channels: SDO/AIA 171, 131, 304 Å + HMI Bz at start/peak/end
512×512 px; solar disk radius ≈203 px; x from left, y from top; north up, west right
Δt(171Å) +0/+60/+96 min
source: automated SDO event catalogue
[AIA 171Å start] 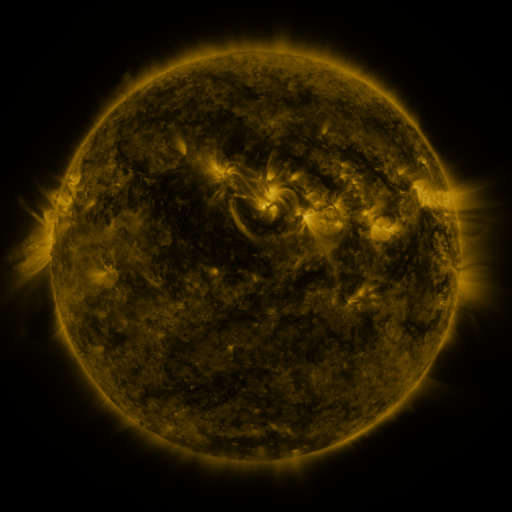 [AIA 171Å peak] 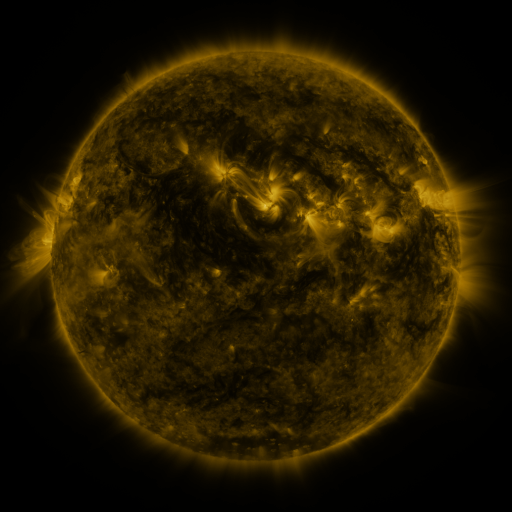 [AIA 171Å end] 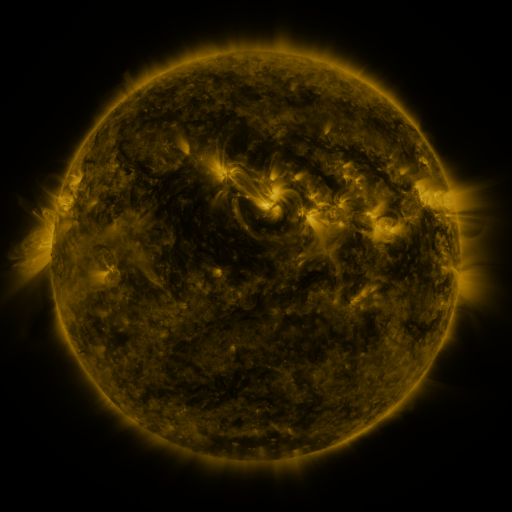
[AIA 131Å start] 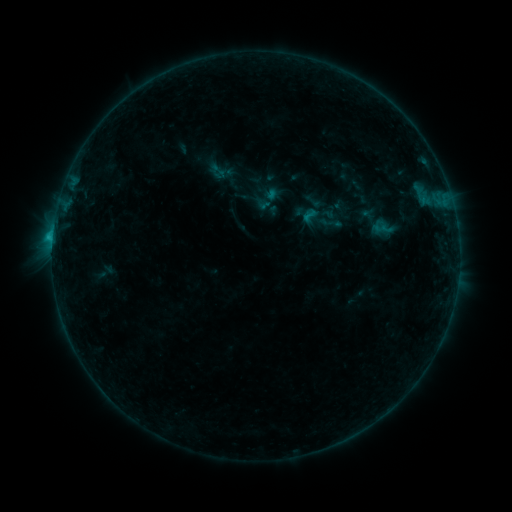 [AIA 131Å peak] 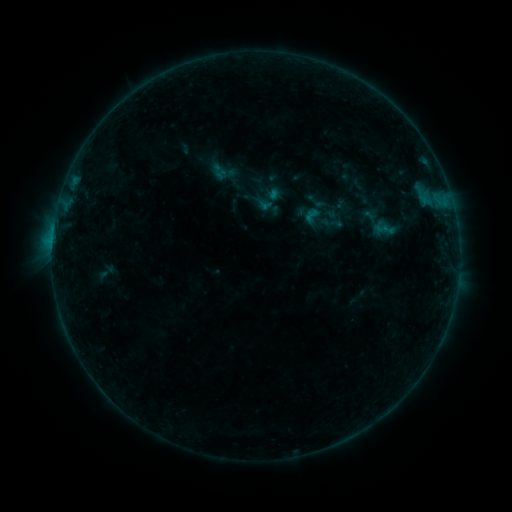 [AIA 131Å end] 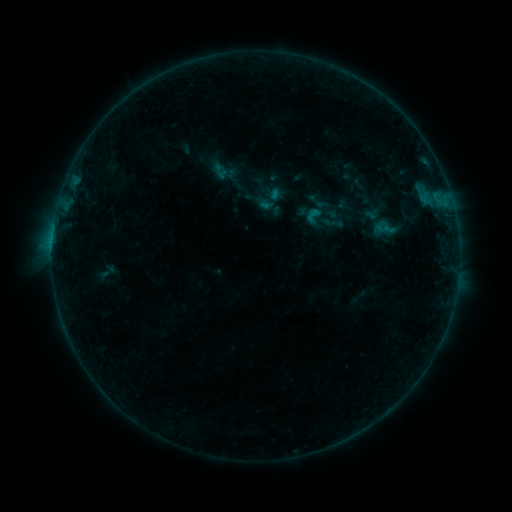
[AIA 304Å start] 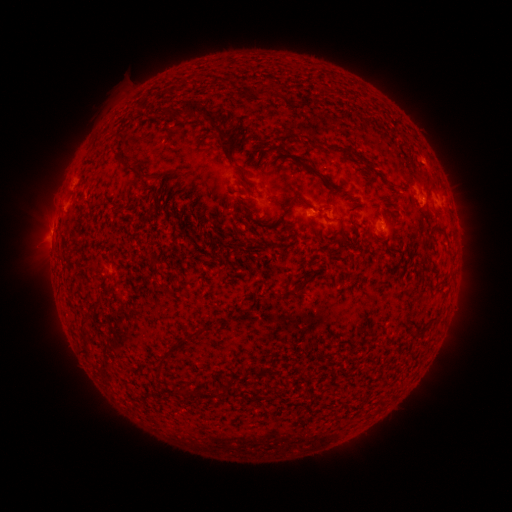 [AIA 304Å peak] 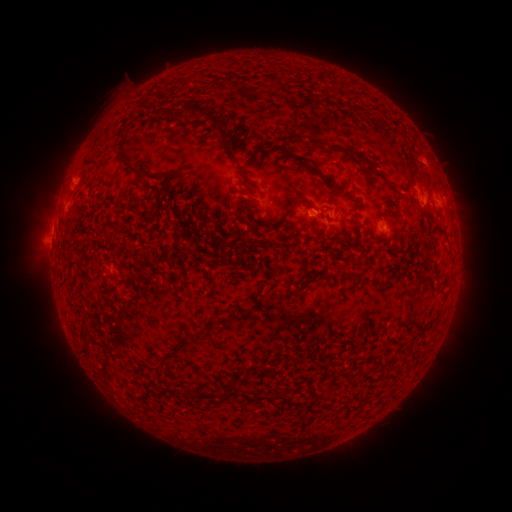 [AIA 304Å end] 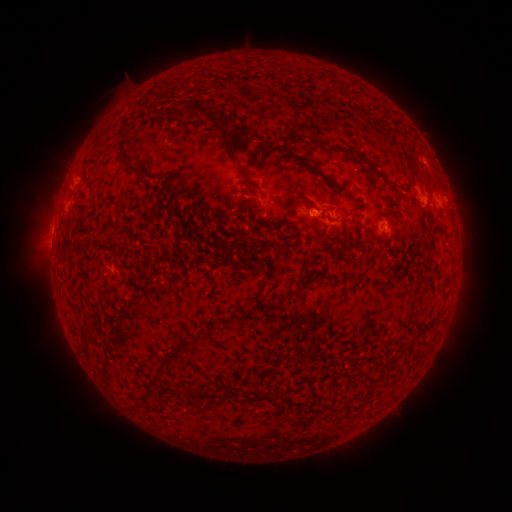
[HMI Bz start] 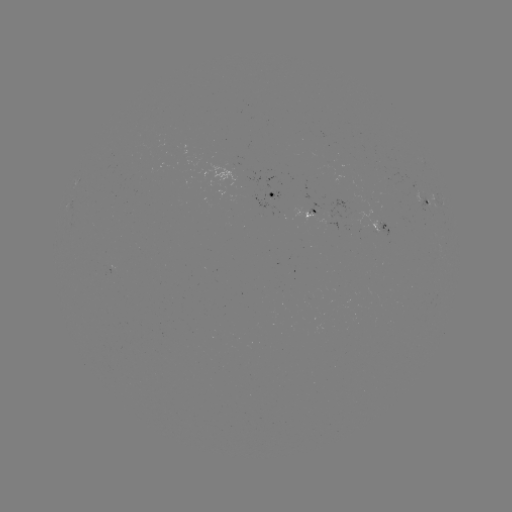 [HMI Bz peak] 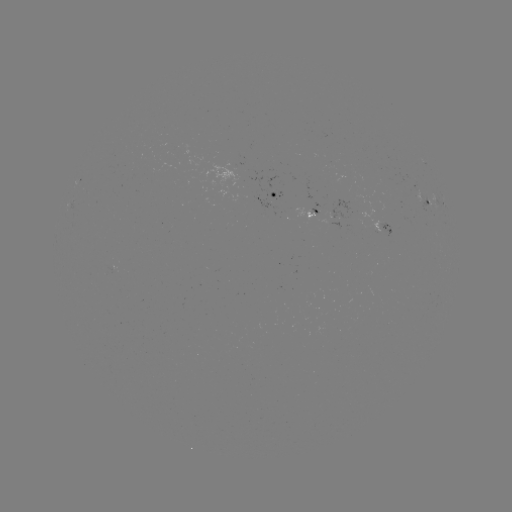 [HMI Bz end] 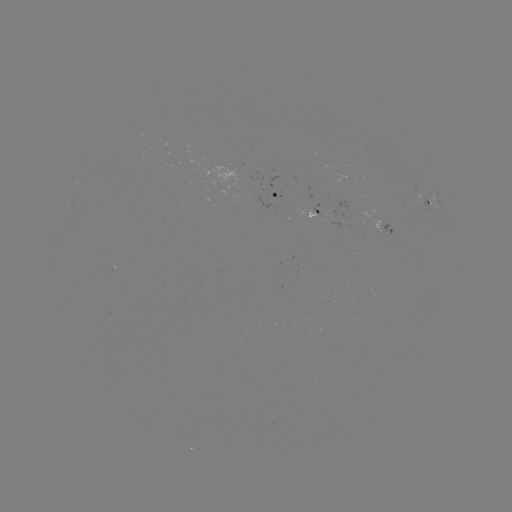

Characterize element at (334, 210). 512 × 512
emerging-flux region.